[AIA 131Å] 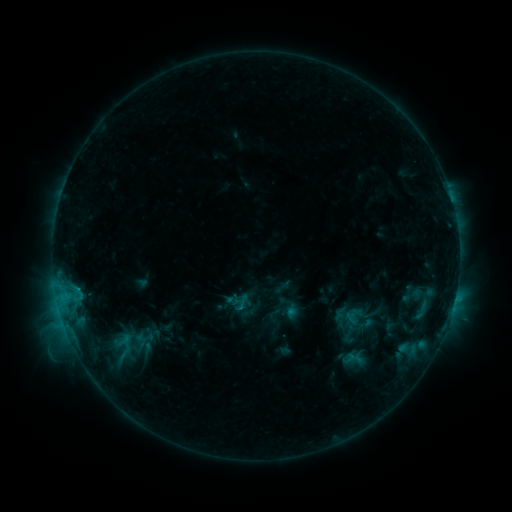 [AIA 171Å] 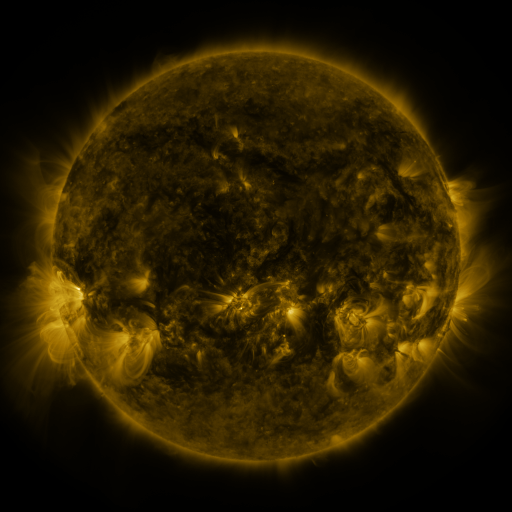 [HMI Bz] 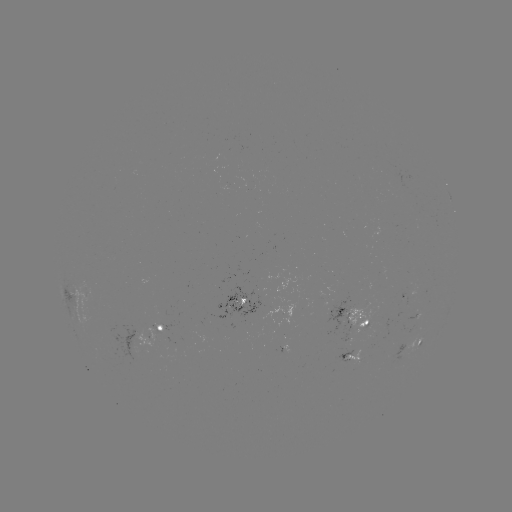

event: sigmoid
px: (411, 295)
